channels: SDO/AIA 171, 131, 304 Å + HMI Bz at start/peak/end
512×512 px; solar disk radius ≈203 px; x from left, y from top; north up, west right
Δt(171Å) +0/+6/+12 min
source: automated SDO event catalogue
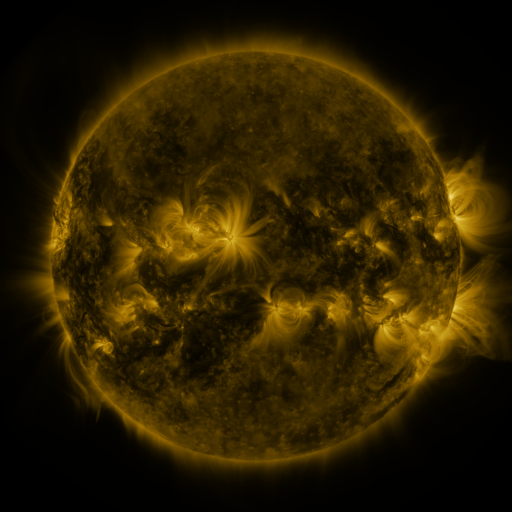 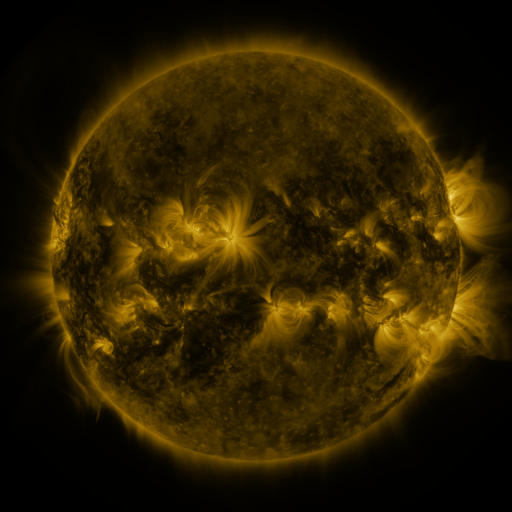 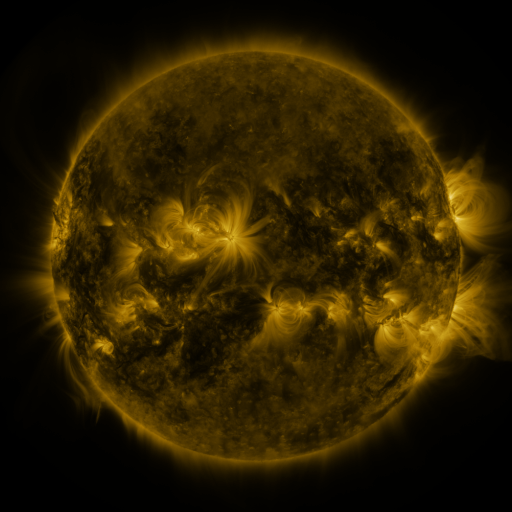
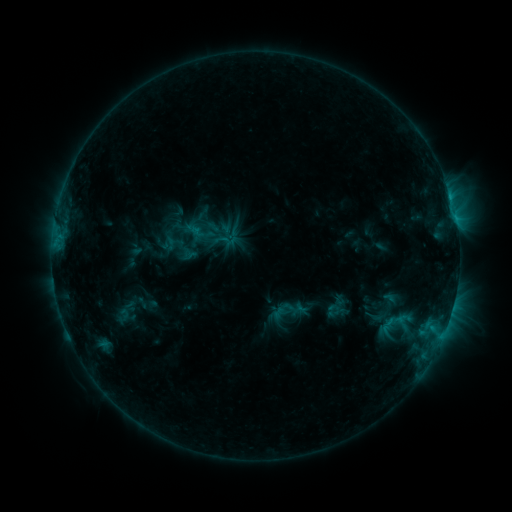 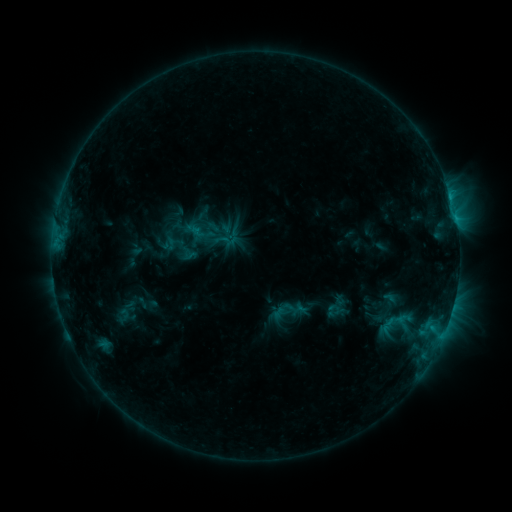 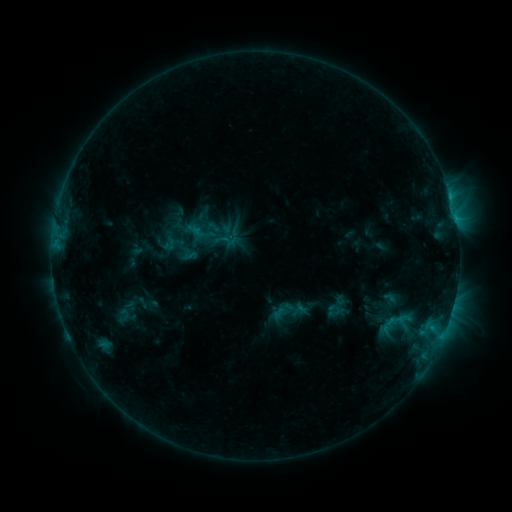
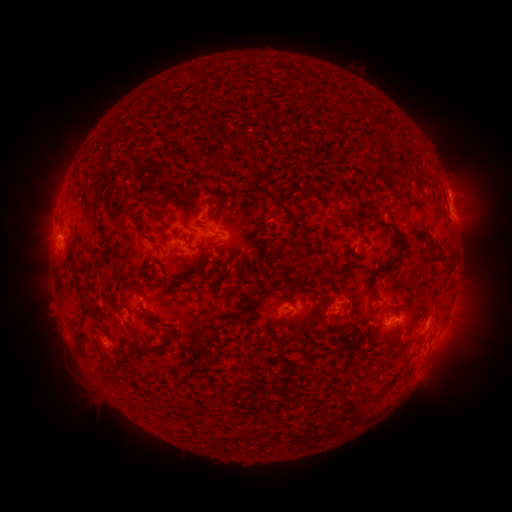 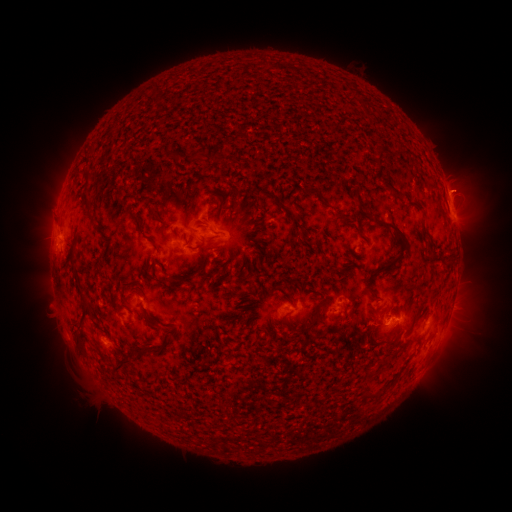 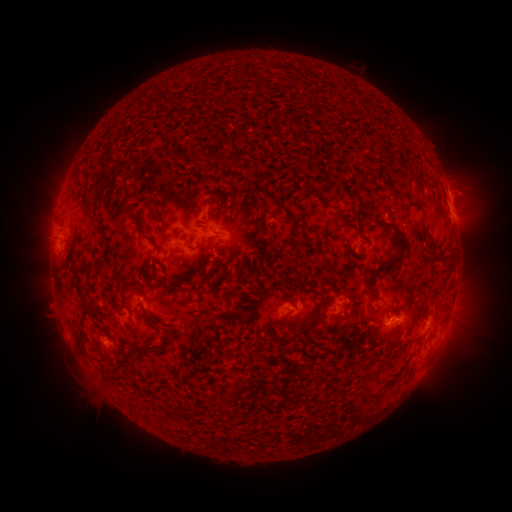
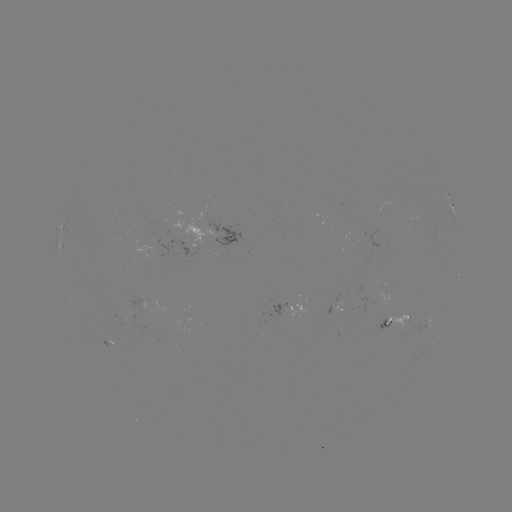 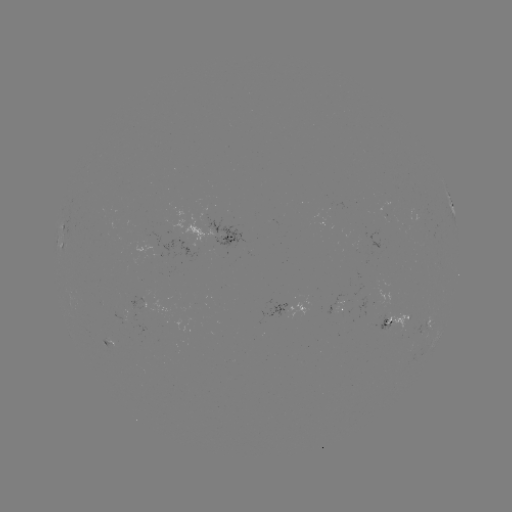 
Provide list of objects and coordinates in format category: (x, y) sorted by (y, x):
eruption: (467, 187)
